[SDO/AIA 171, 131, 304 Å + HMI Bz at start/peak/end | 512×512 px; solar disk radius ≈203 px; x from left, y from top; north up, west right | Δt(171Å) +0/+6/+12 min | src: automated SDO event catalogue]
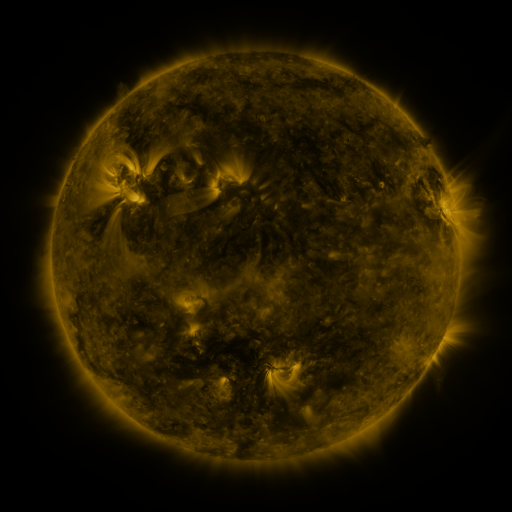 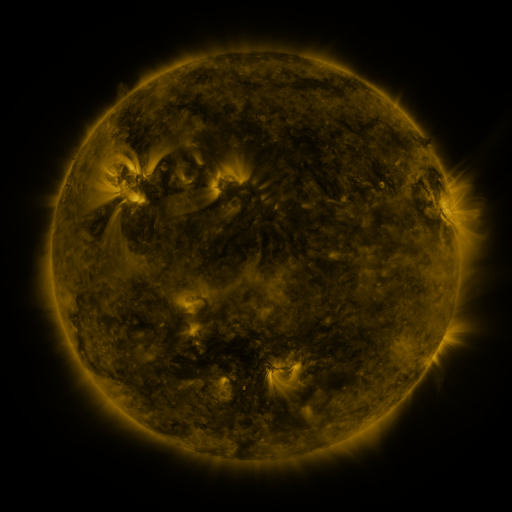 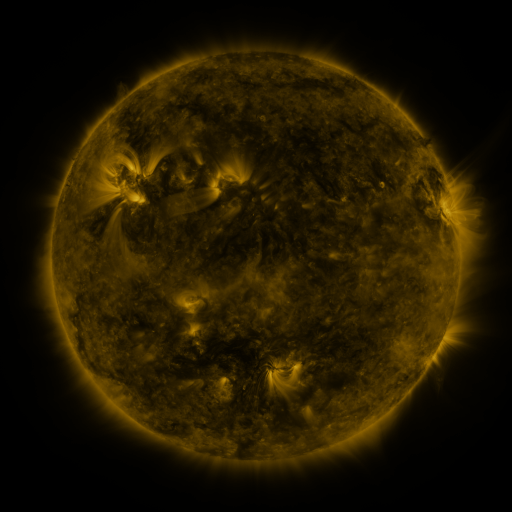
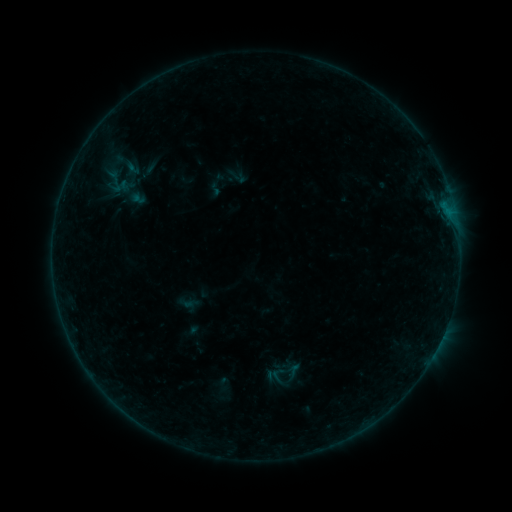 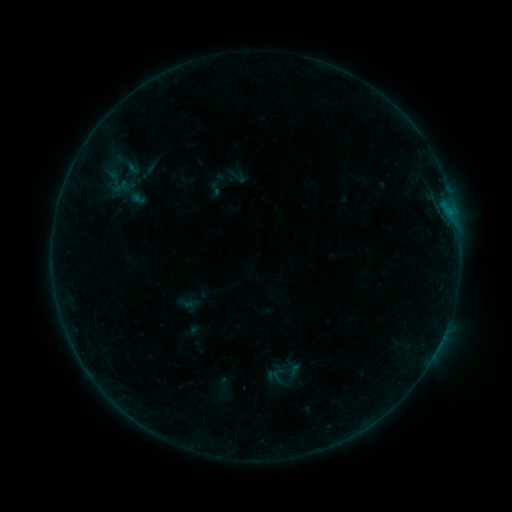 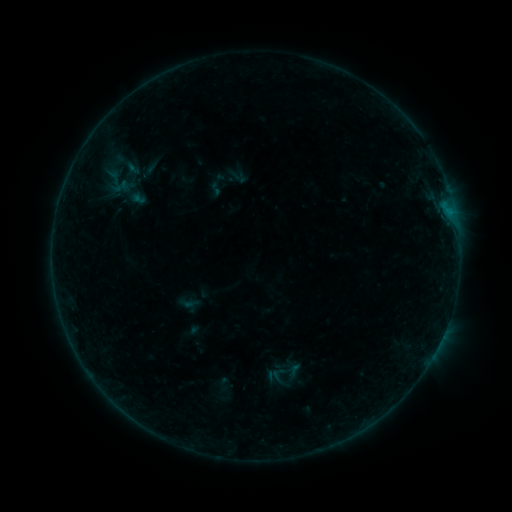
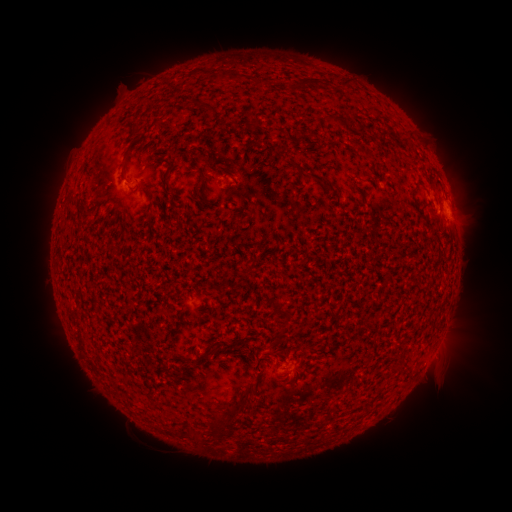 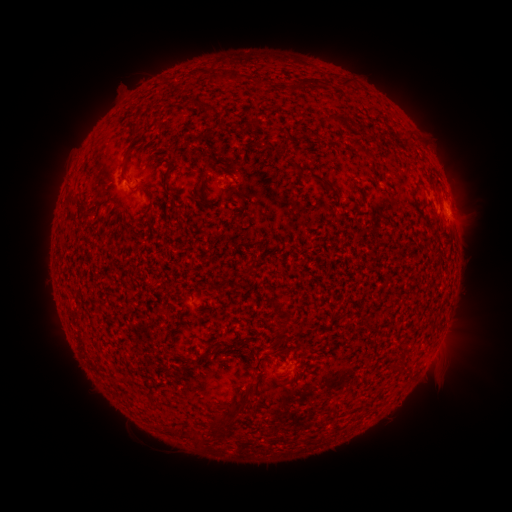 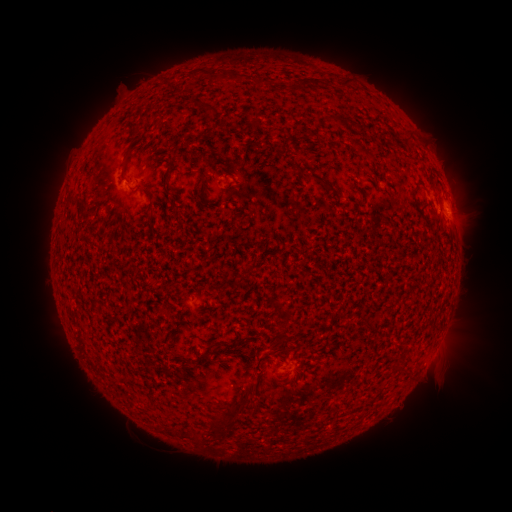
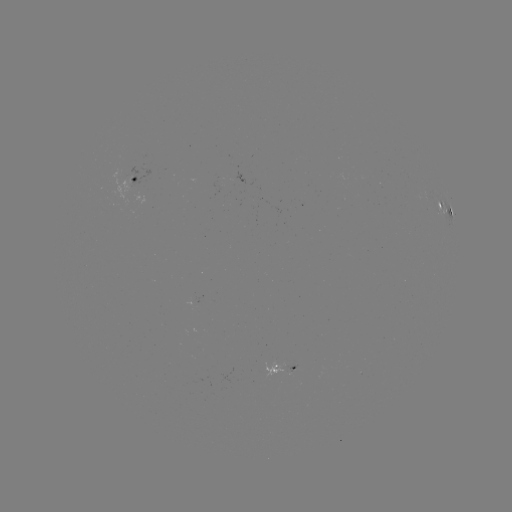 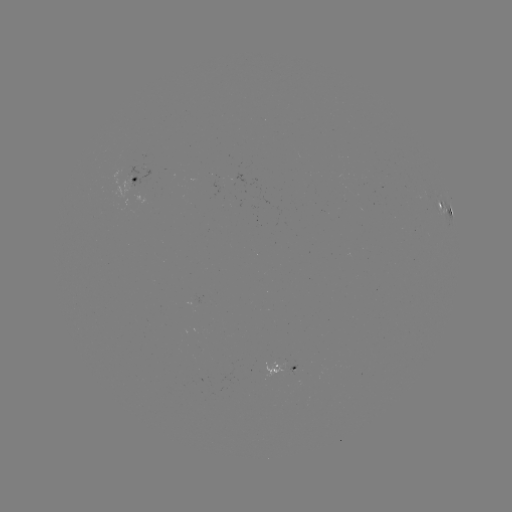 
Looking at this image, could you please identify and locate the B2.0 flare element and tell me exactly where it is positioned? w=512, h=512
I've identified B2.0 flare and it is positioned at (445, 209).